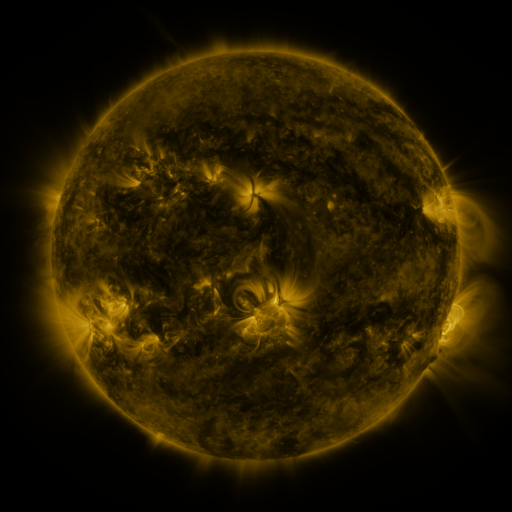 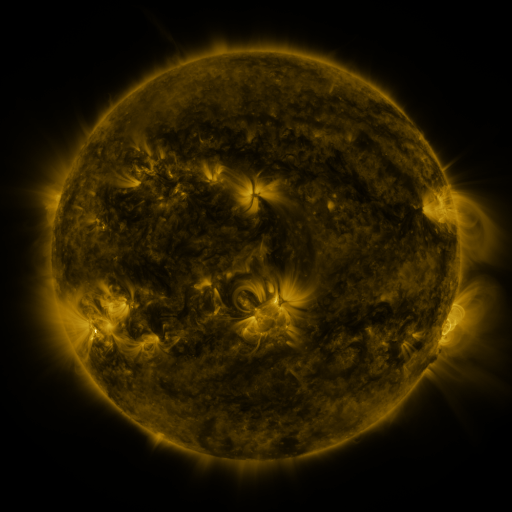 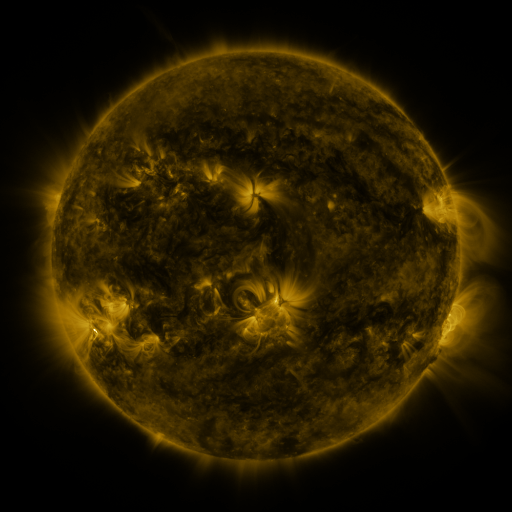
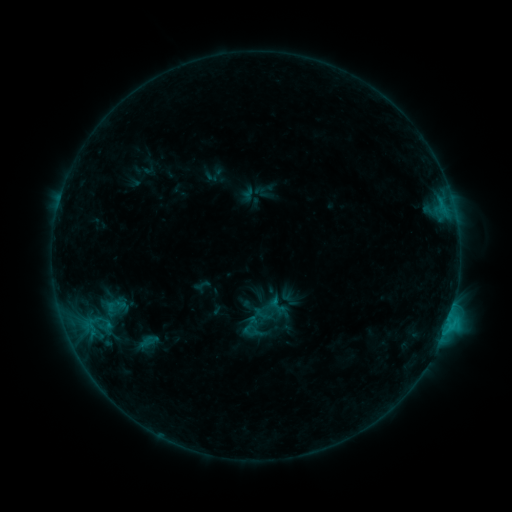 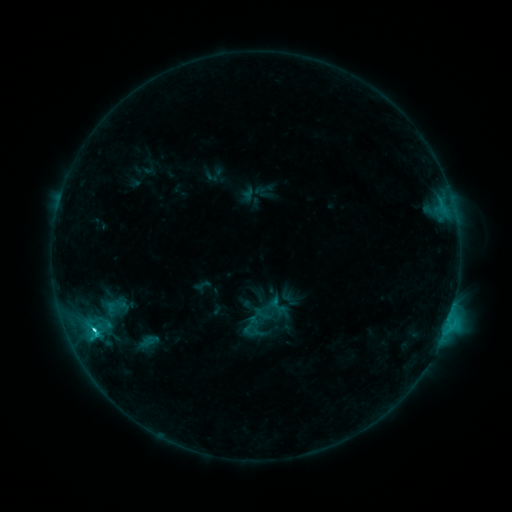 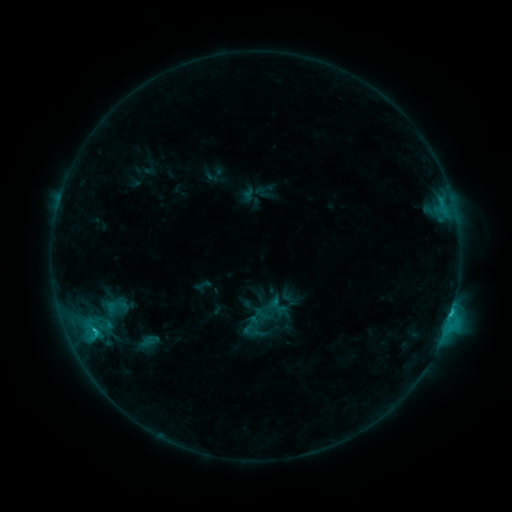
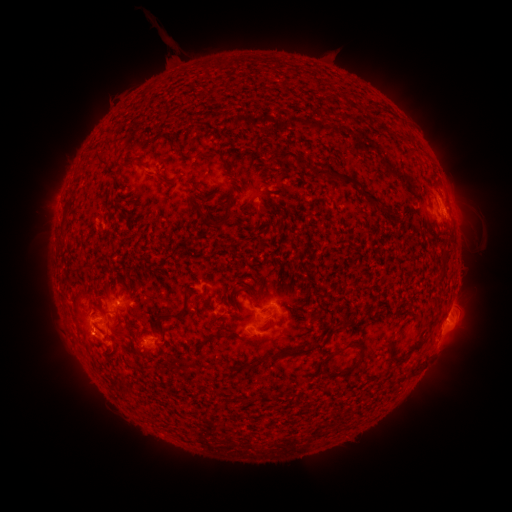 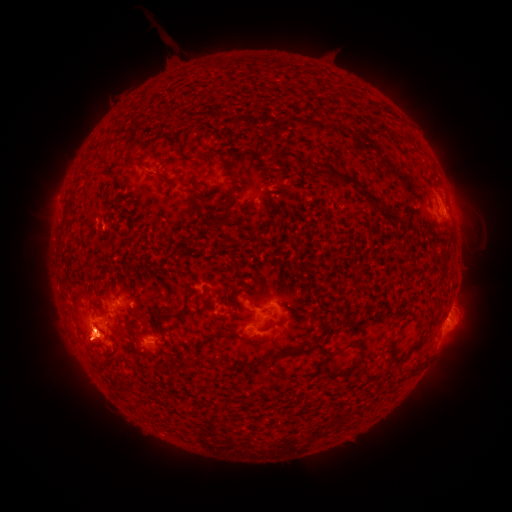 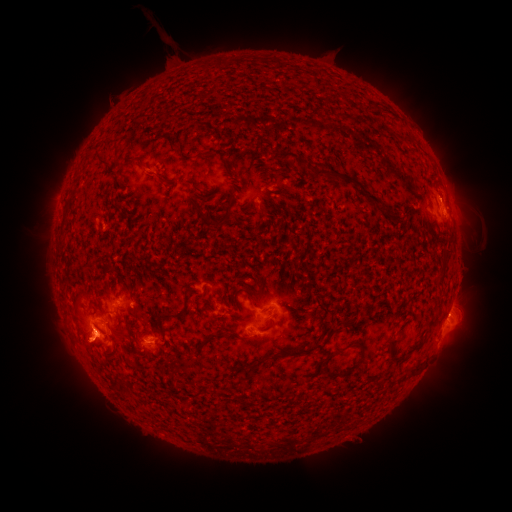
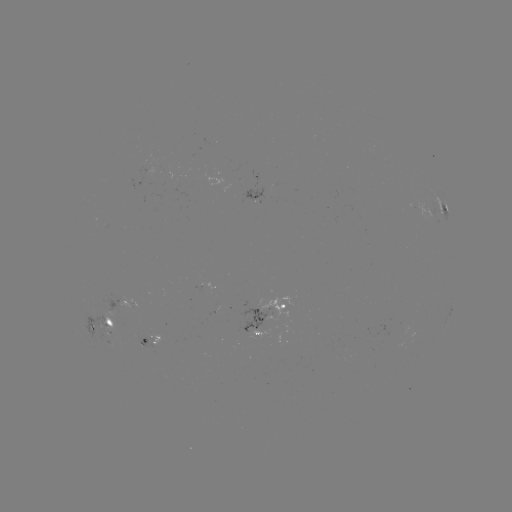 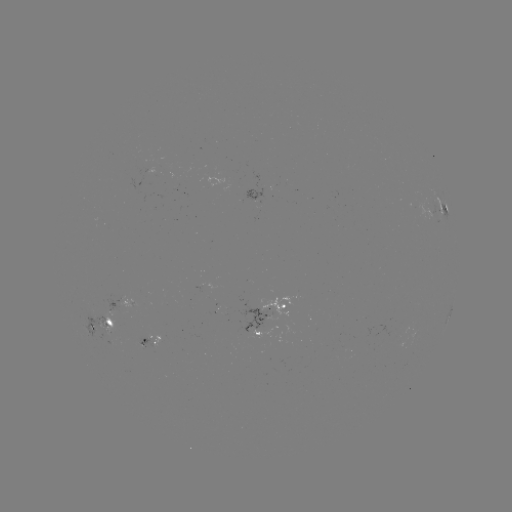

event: flare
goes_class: C2.4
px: (95, 328)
